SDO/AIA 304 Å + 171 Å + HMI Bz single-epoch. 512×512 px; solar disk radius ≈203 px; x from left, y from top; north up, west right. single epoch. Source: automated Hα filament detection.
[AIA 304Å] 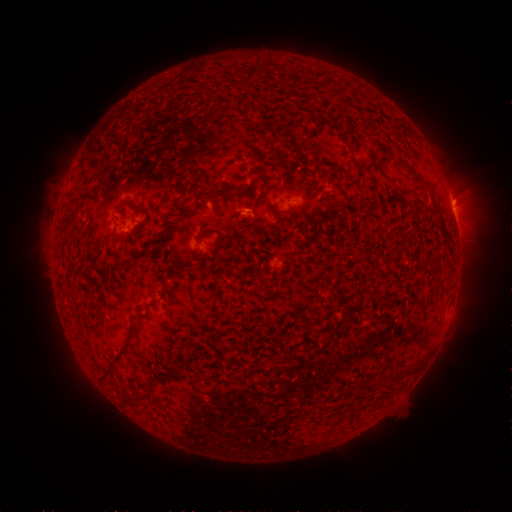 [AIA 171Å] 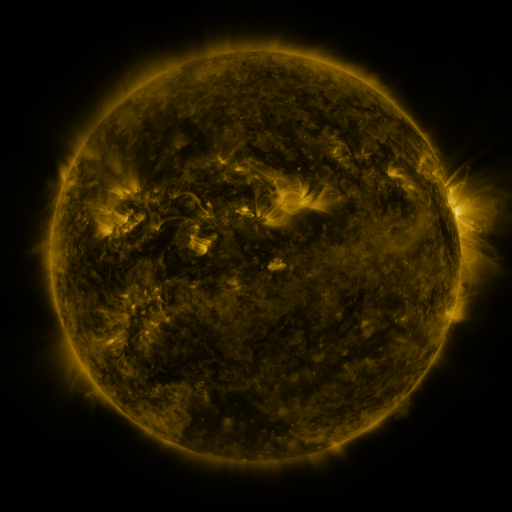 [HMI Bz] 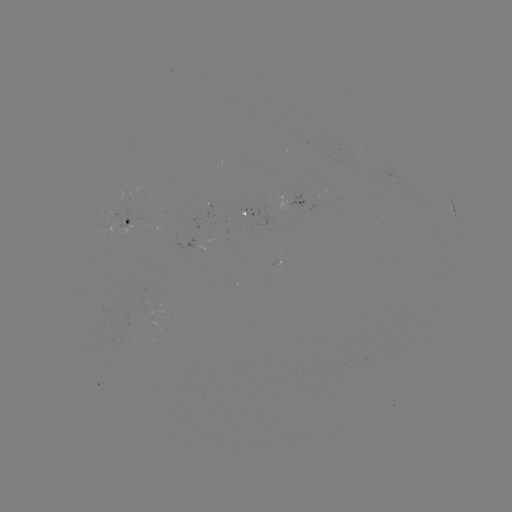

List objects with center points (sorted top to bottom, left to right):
filament: (248, 78)
filament: (253, 110)
filament: (335, 121)
filament: (350, 176)
filament: (218, 191)
filament: (142, 209)
filament: (222, 241)
filament: (123, 266)
filament: (194, 269)
filament: (169, 292)
filament: (125, 348)
filament: (368, 385)
filament: (151, 390)
